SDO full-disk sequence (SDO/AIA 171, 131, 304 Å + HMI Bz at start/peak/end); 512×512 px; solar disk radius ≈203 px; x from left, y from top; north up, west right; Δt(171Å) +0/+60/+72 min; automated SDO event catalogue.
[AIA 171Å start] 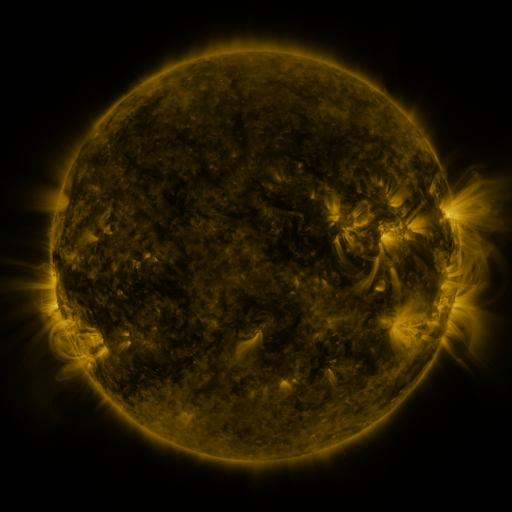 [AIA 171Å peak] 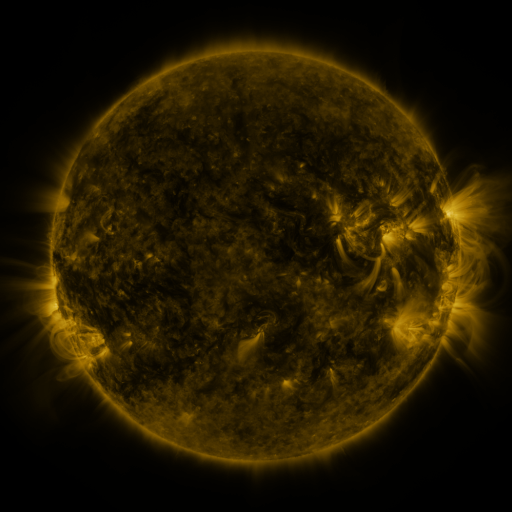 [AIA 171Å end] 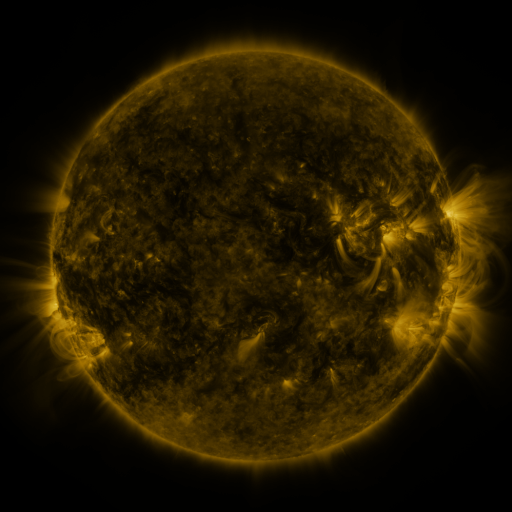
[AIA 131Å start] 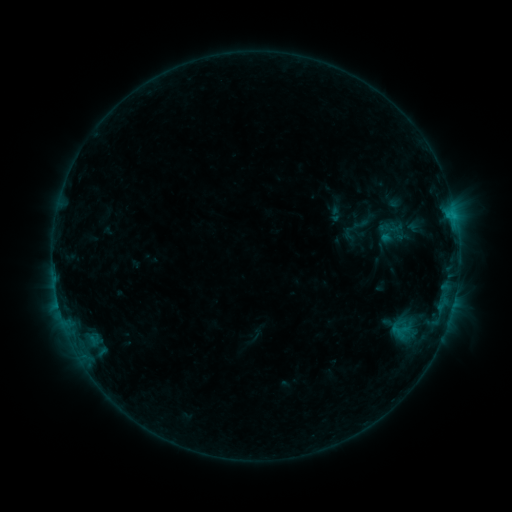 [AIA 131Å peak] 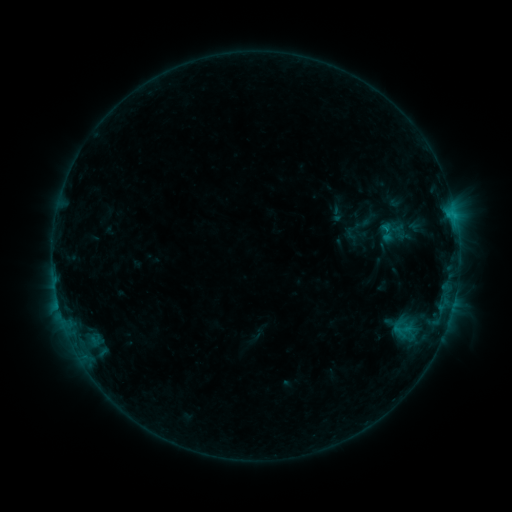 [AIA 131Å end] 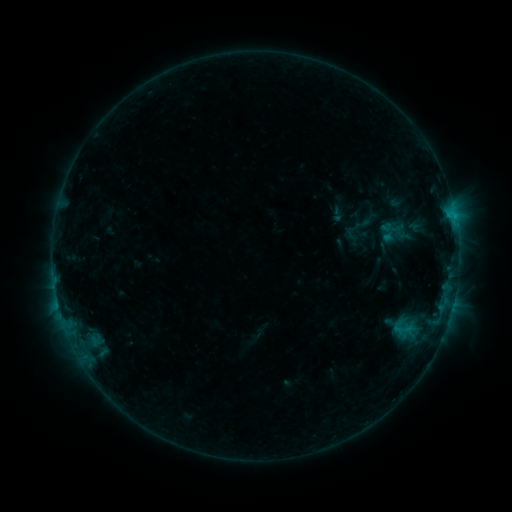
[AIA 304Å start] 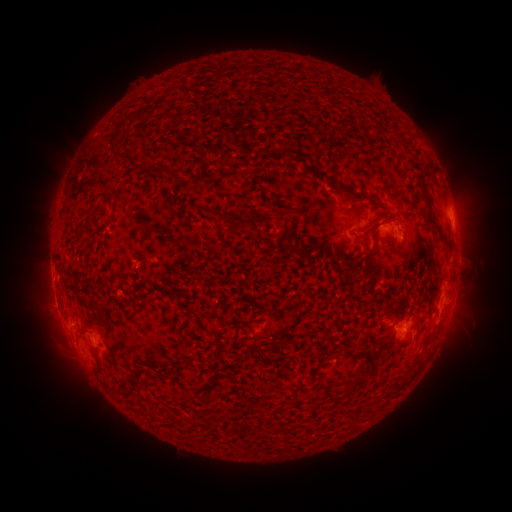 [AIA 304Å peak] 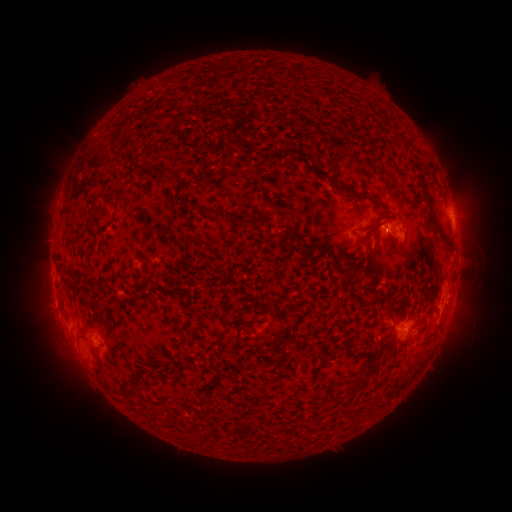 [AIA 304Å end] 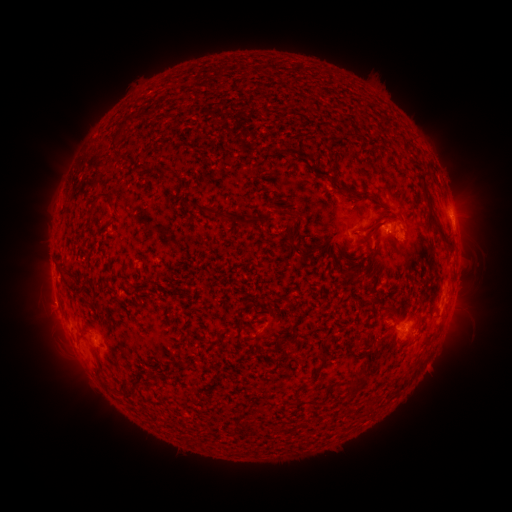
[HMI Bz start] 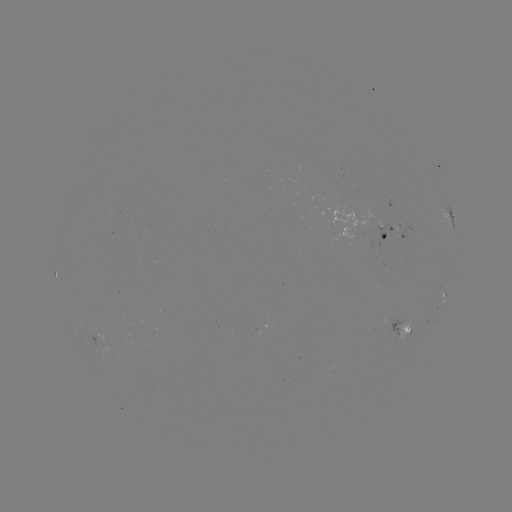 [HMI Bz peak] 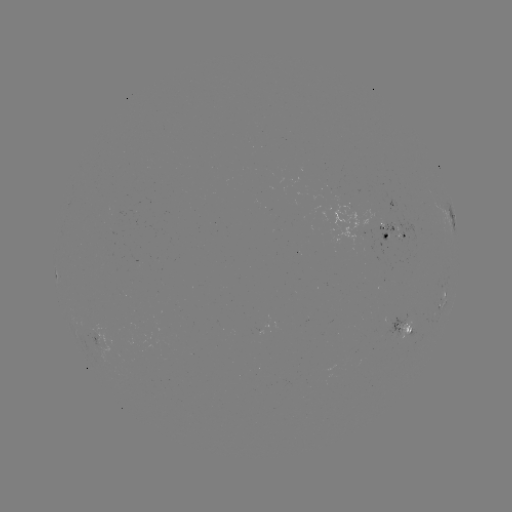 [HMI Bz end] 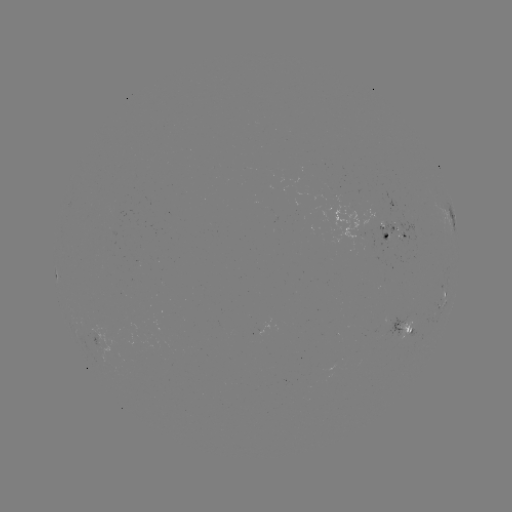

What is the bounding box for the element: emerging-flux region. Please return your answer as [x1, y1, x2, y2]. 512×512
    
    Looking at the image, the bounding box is [393, 223, 418, 243].